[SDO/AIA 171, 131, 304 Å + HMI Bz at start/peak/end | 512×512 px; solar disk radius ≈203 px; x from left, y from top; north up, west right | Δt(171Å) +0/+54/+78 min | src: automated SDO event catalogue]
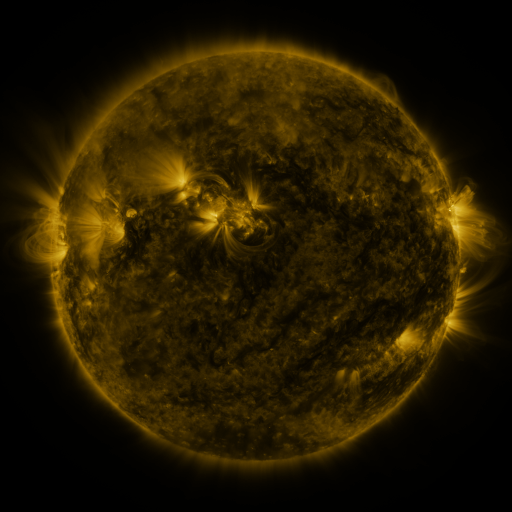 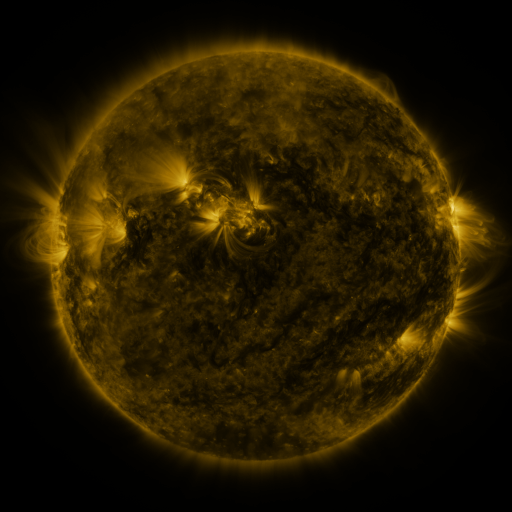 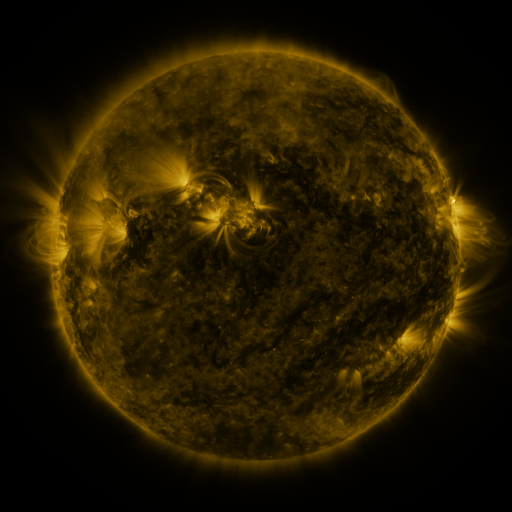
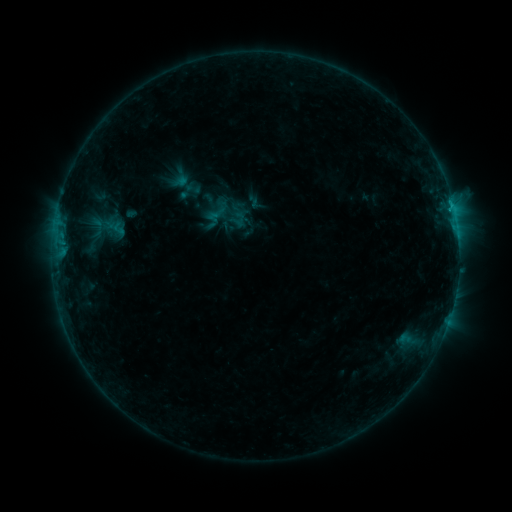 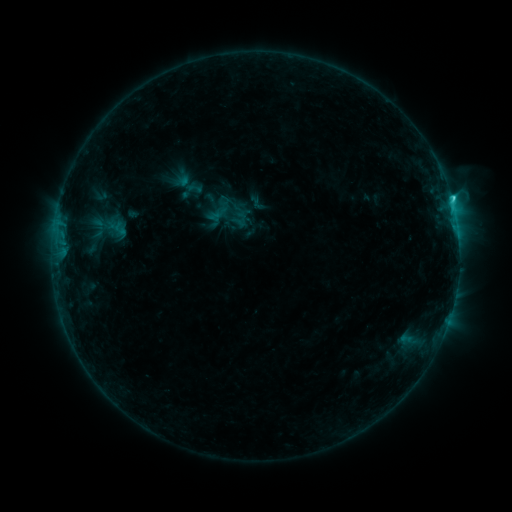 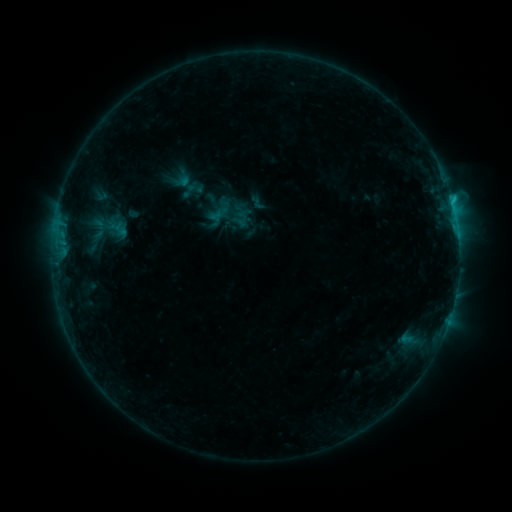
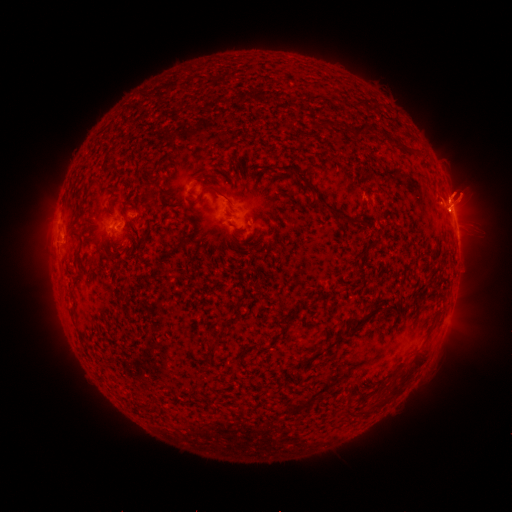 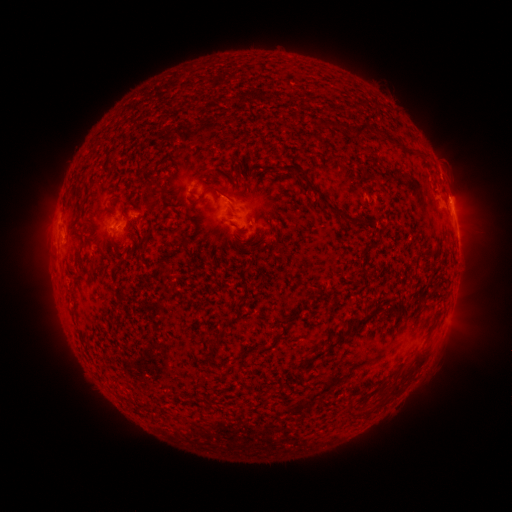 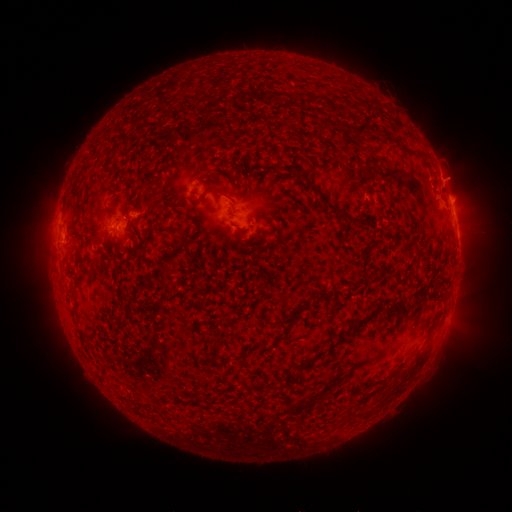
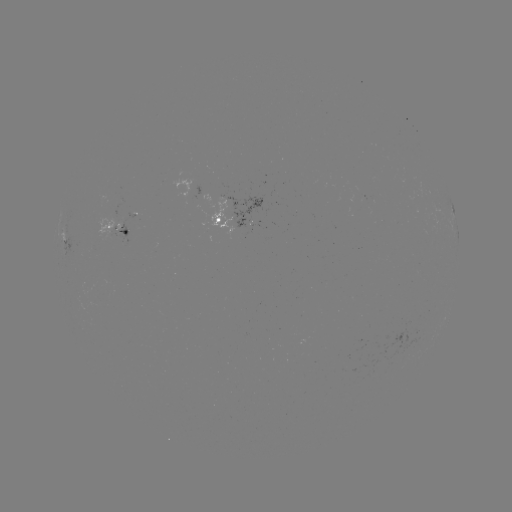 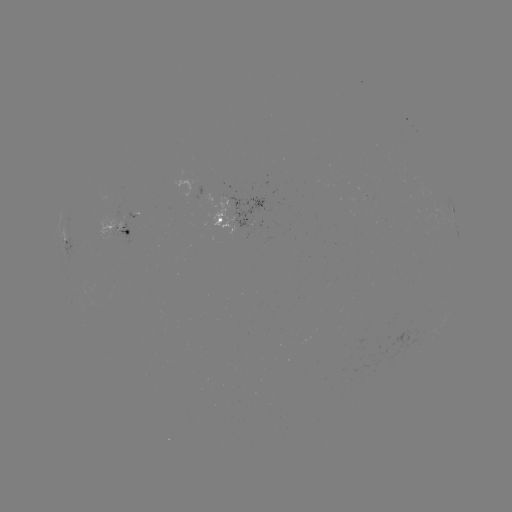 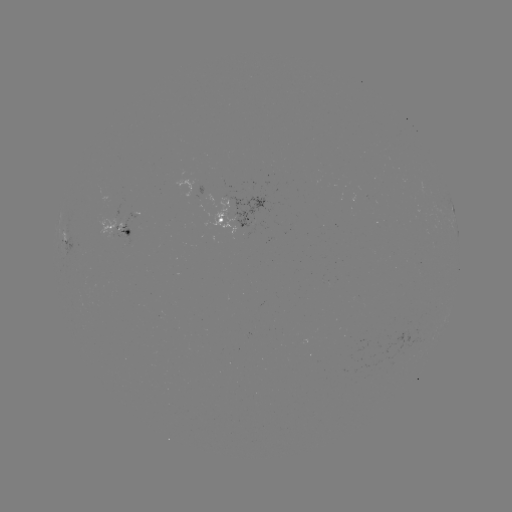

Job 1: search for C1.9 flare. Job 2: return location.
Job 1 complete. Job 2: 450,204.